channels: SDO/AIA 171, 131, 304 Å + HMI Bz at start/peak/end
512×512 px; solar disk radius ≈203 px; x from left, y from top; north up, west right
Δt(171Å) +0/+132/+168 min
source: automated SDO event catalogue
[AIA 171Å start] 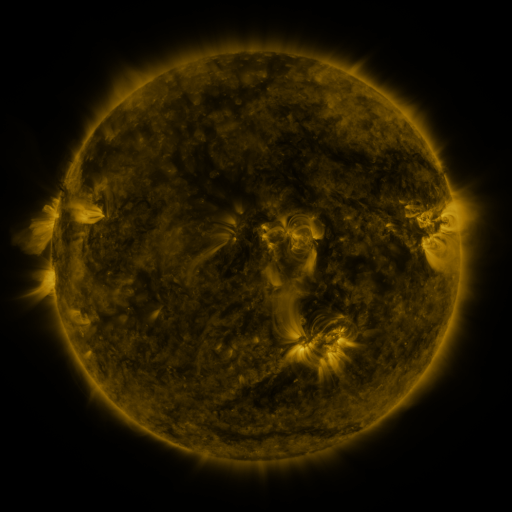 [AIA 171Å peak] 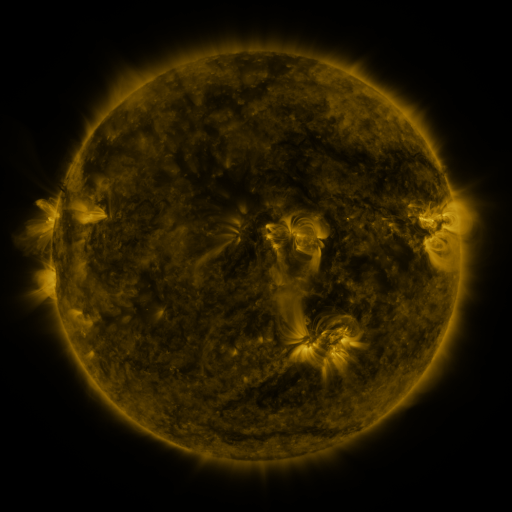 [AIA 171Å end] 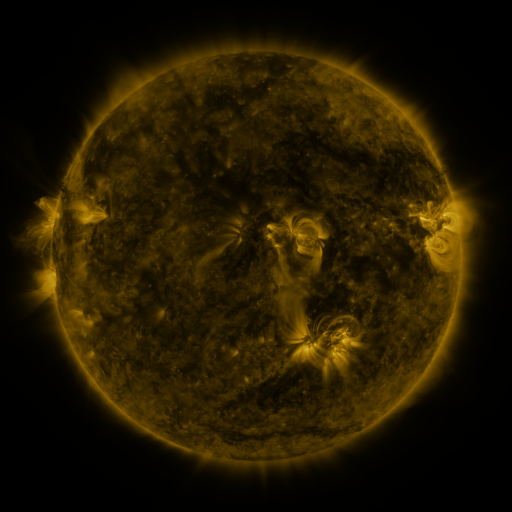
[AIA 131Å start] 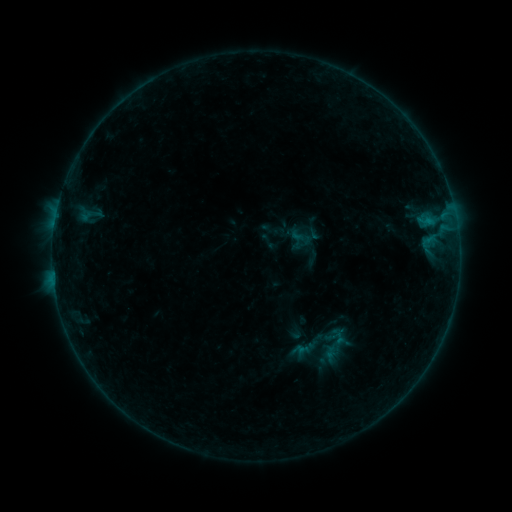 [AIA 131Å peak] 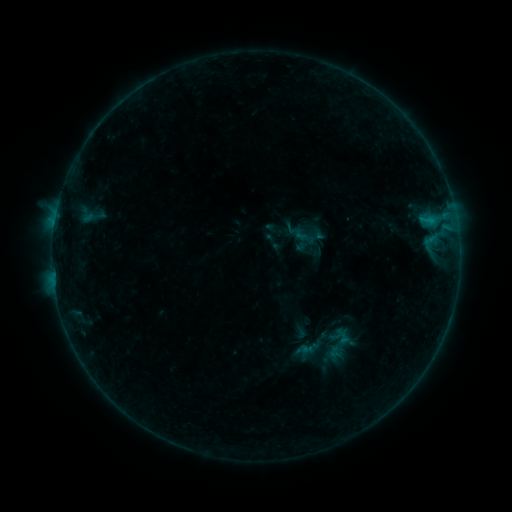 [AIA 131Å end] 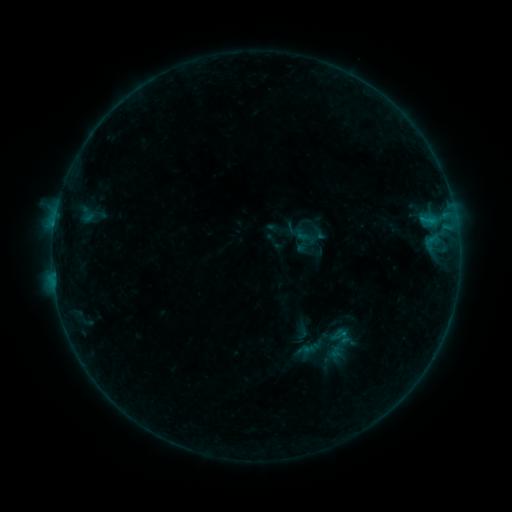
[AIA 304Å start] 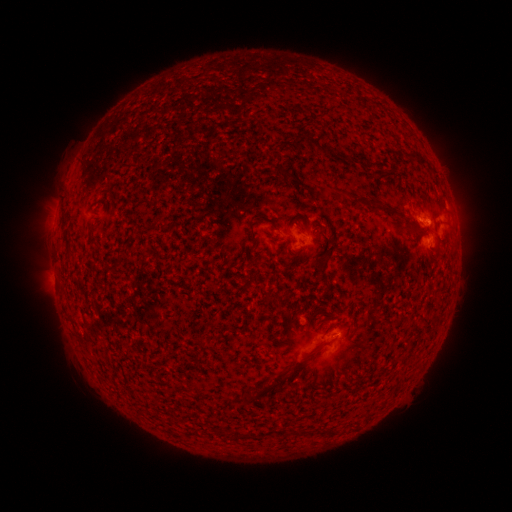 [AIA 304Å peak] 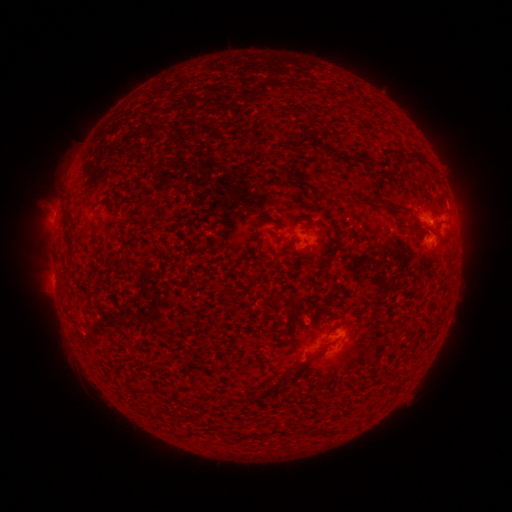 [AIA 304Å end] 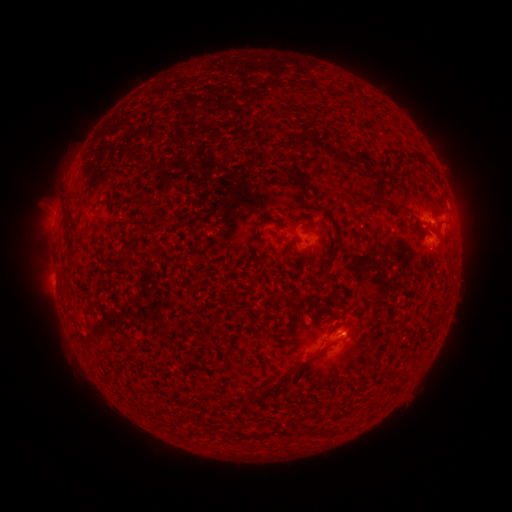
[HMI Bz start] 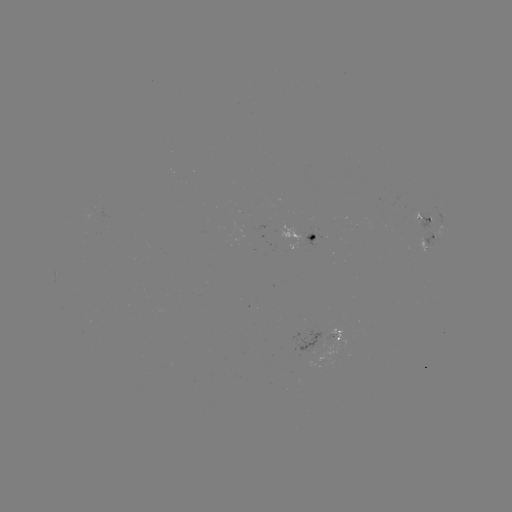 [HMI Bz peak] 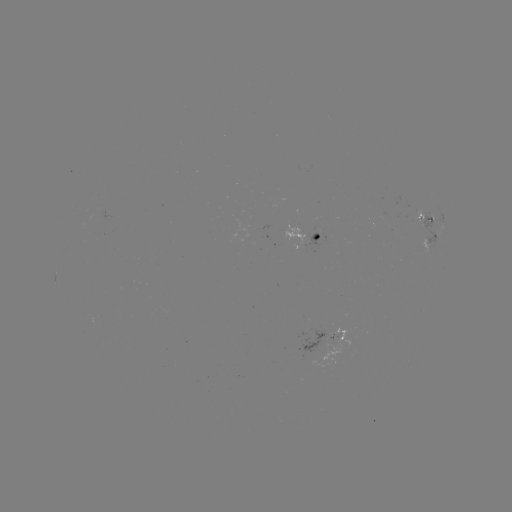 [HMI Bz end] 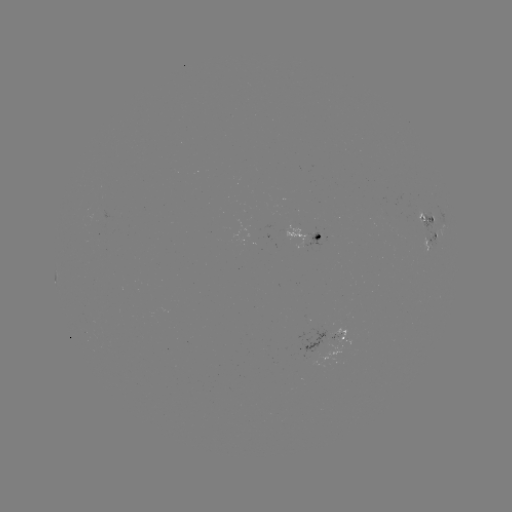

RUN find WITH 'emerging-flux region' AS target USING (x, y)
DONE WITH (314, 346) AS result